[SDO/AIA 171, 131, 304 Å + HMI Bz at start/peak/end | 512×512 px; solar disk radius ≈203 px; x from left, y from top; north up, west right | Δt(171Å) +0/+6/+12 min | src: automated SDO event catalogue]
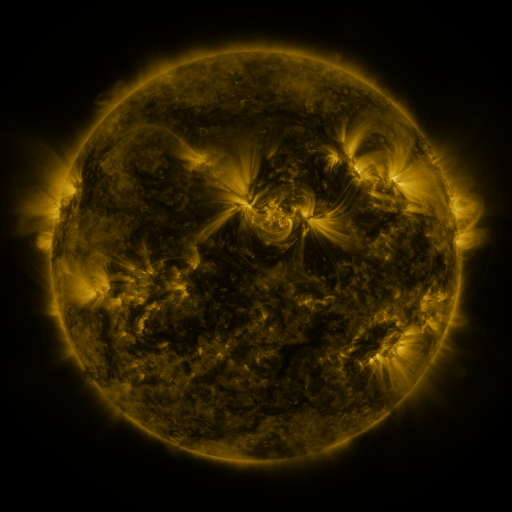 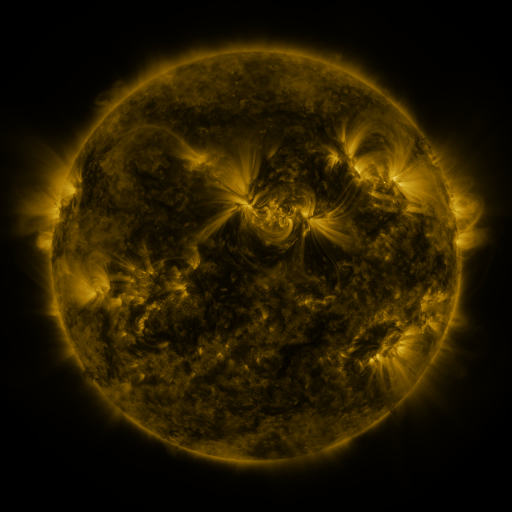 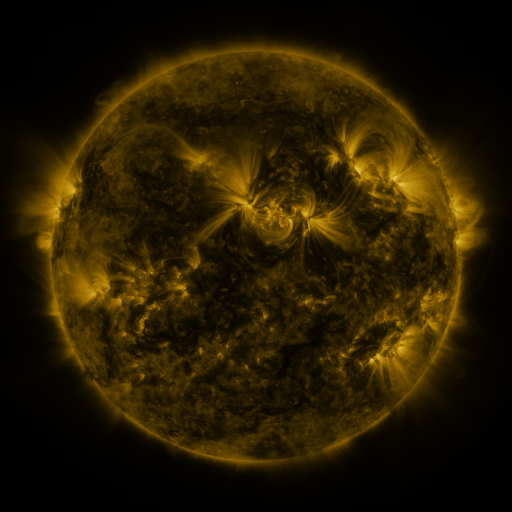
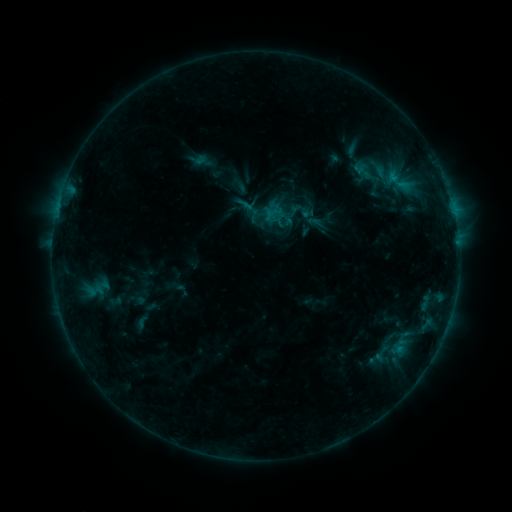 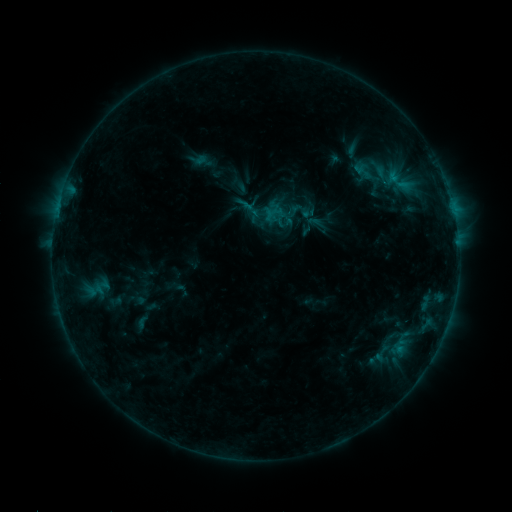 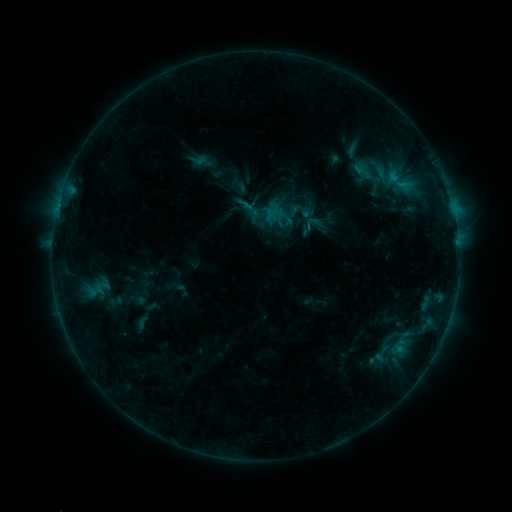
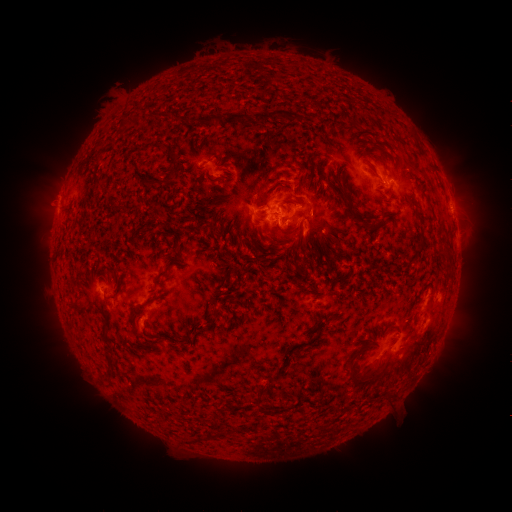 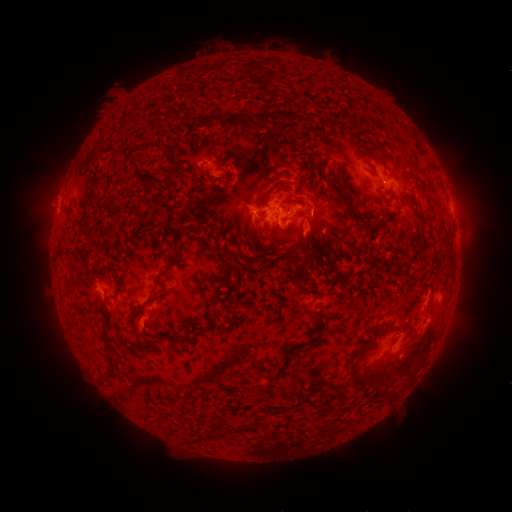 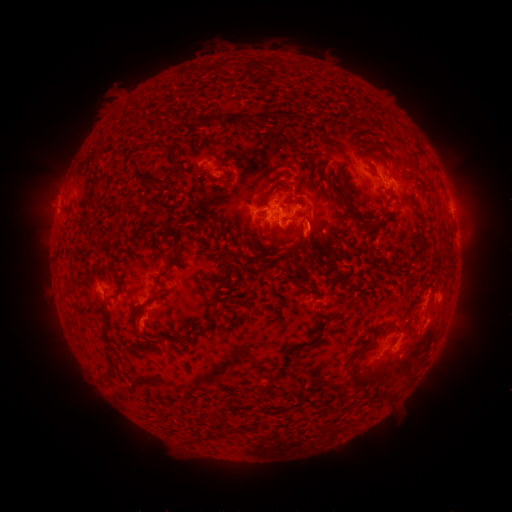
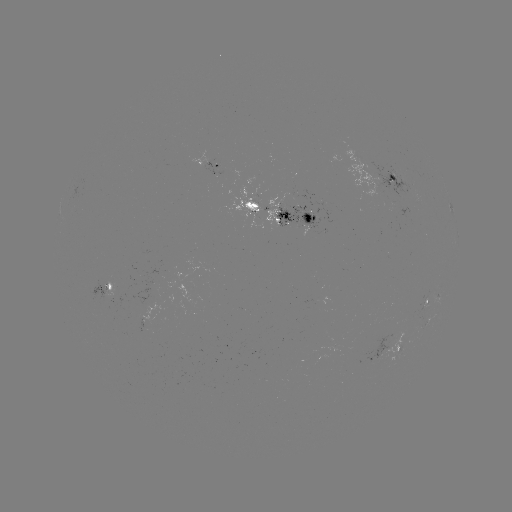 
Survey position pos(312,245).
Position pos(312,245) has eruption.